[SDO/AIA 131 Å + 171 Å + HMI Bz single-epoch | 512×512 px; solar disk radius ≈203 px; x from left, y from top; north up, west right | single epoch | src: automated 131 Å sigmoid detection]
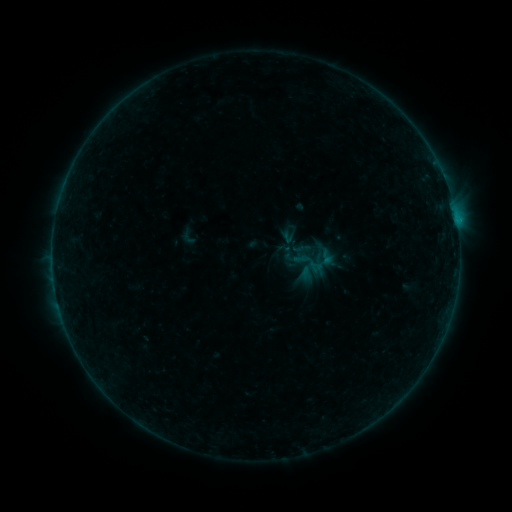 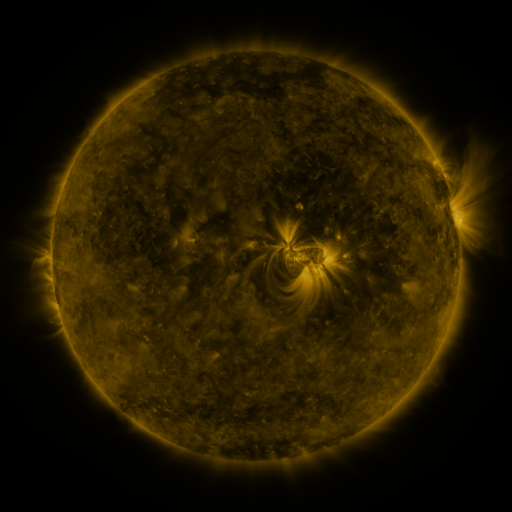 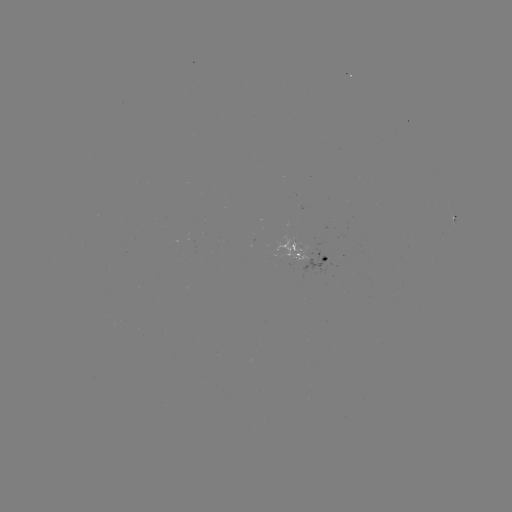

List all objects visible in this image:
sigmoid: [277, 222, 301, 245]
